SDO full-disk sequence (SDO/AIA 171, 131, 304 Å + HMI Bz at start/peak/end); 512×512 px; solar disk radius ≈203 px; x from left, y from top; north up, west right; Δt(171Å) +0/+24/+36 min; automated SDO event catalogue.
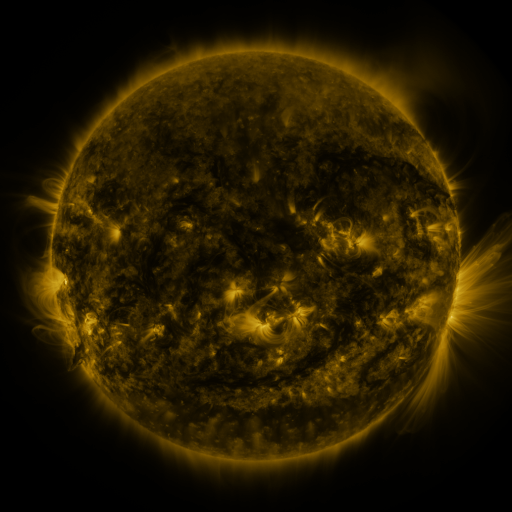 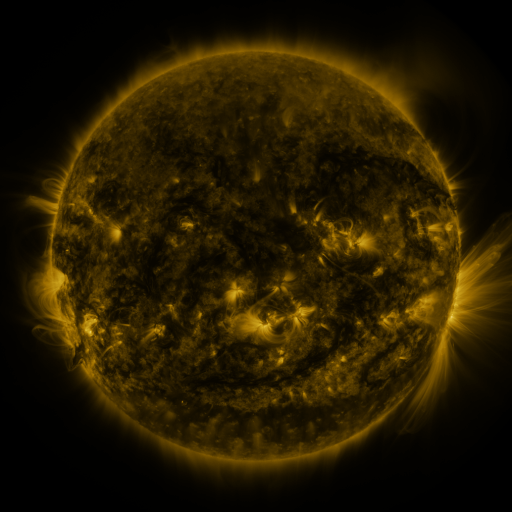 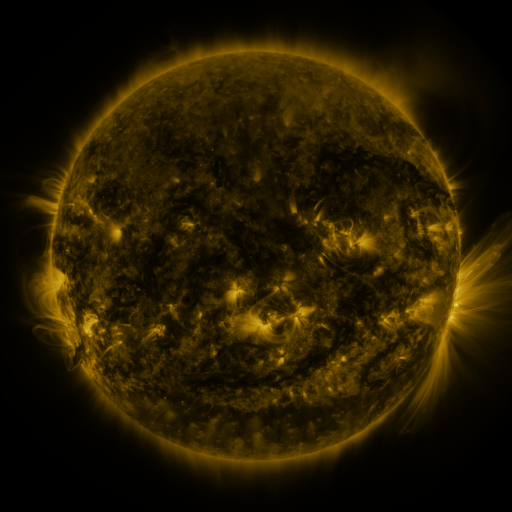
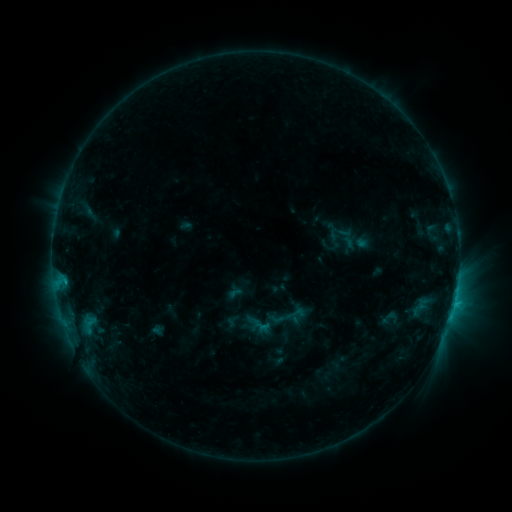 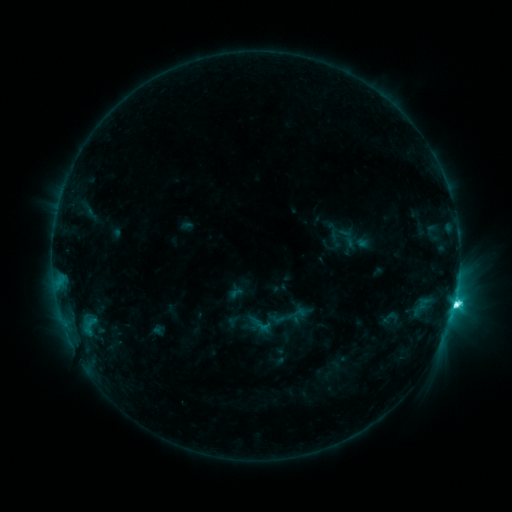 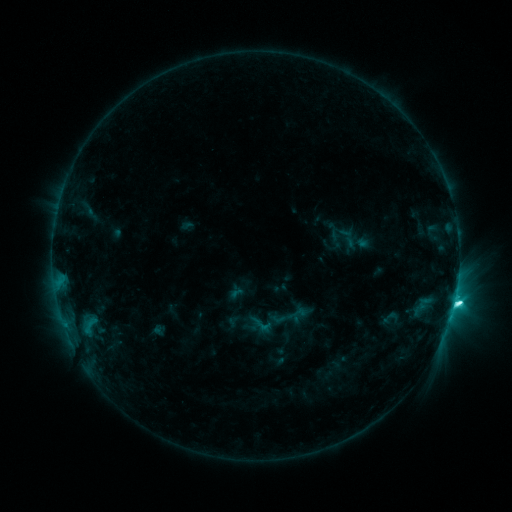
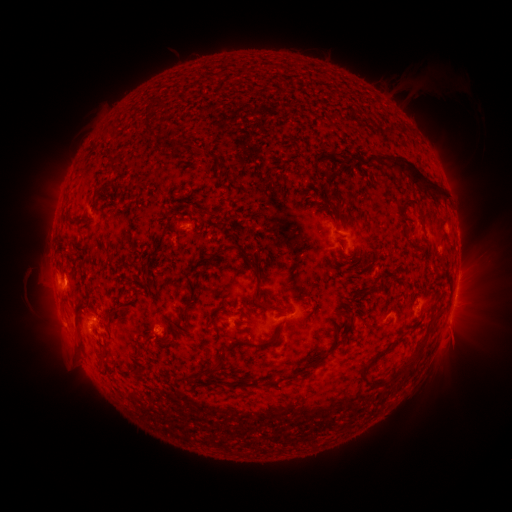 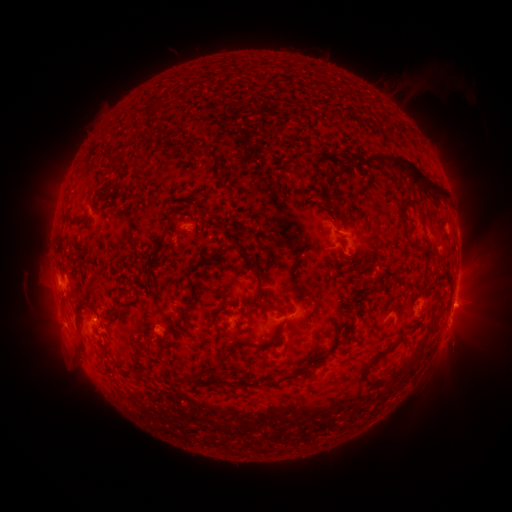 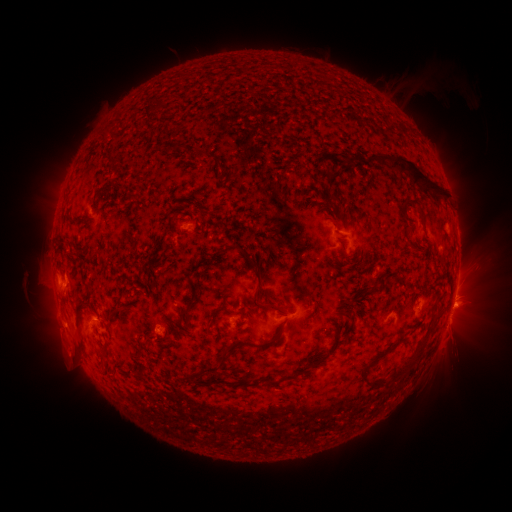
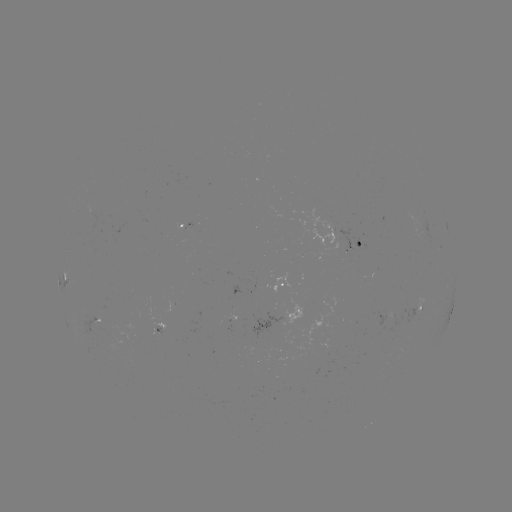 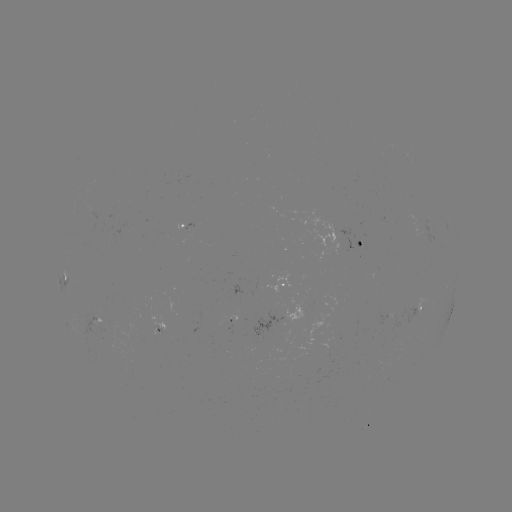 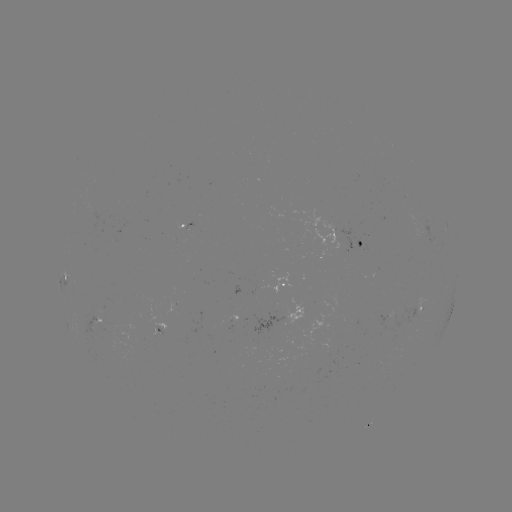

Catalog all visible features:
C9.7 flare: (453, 302)
